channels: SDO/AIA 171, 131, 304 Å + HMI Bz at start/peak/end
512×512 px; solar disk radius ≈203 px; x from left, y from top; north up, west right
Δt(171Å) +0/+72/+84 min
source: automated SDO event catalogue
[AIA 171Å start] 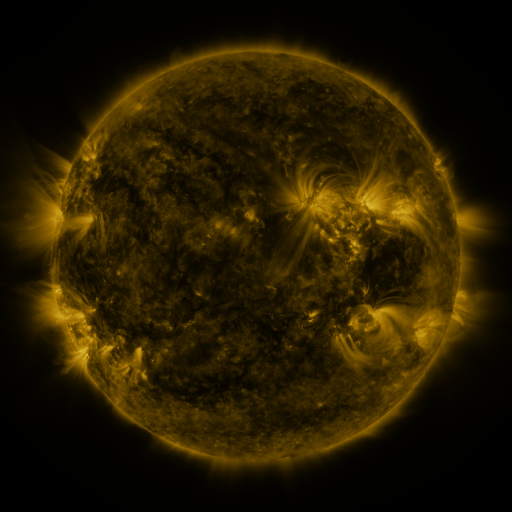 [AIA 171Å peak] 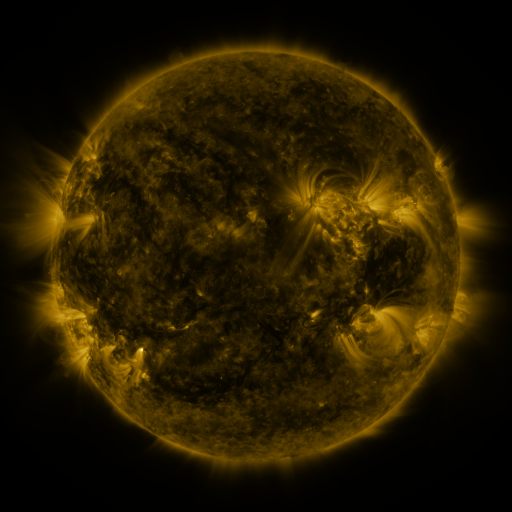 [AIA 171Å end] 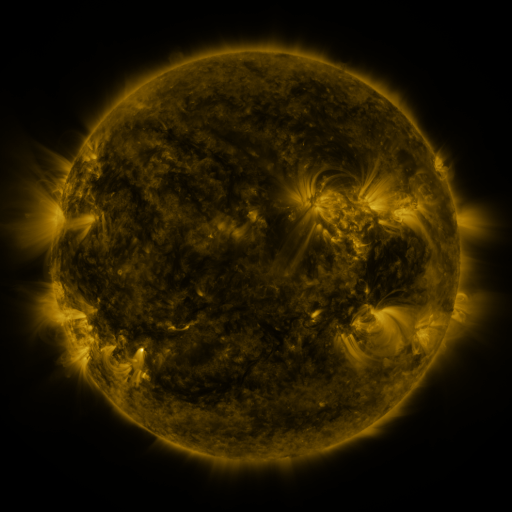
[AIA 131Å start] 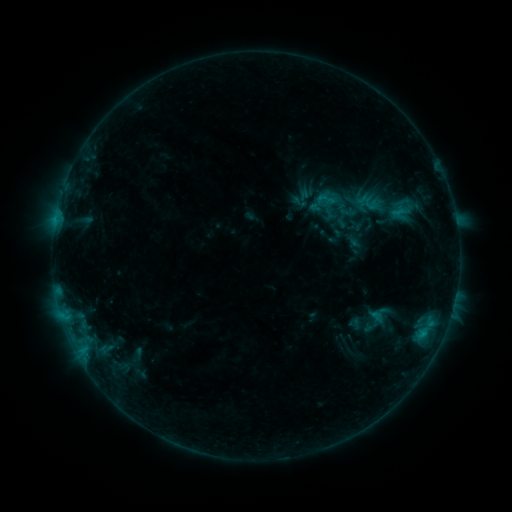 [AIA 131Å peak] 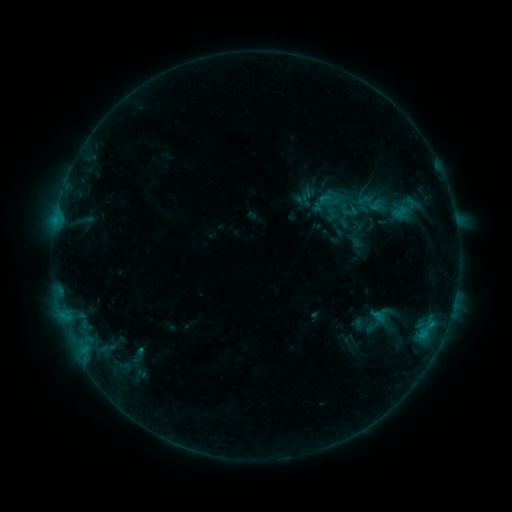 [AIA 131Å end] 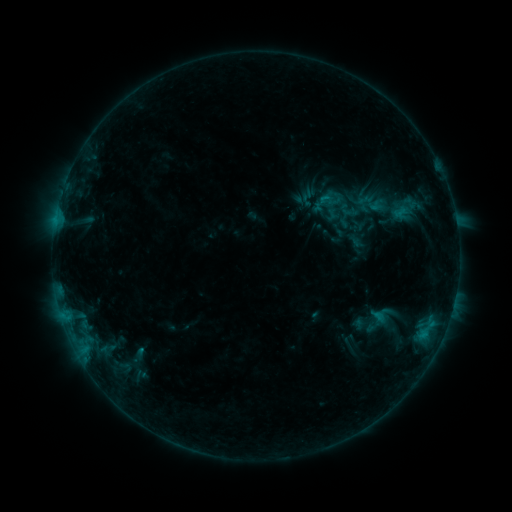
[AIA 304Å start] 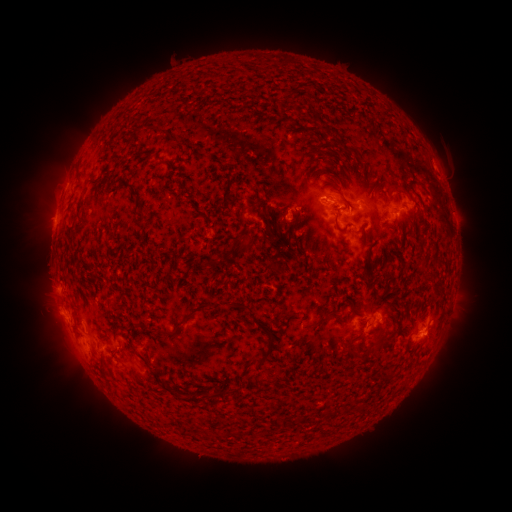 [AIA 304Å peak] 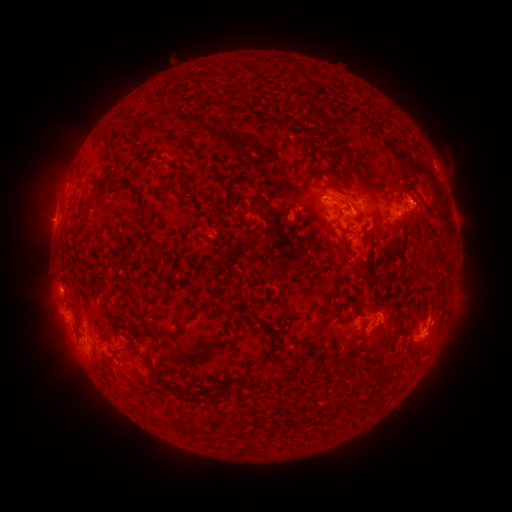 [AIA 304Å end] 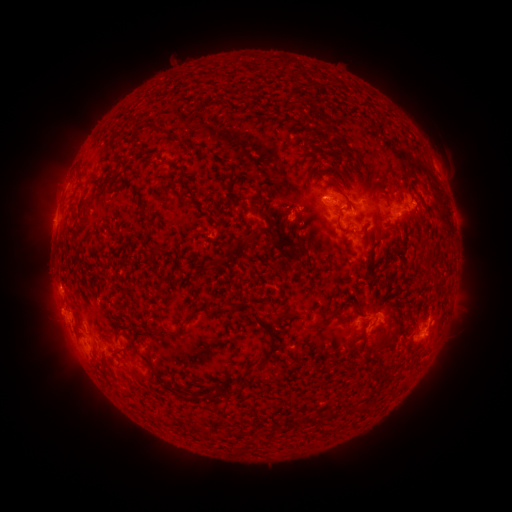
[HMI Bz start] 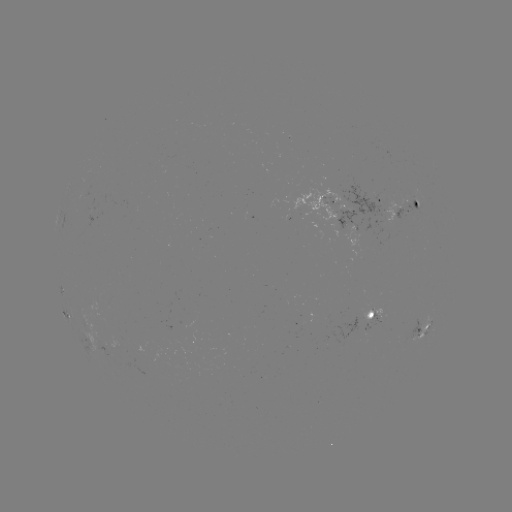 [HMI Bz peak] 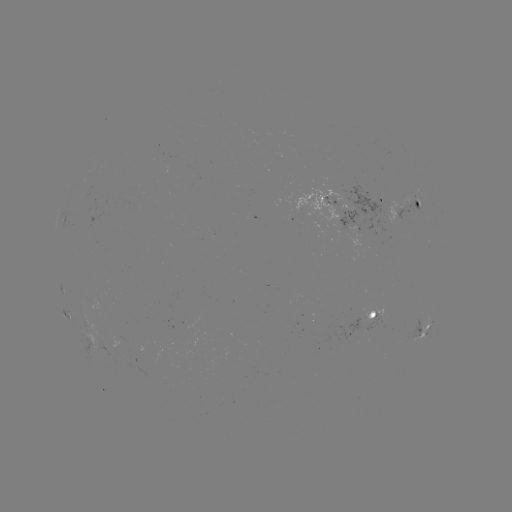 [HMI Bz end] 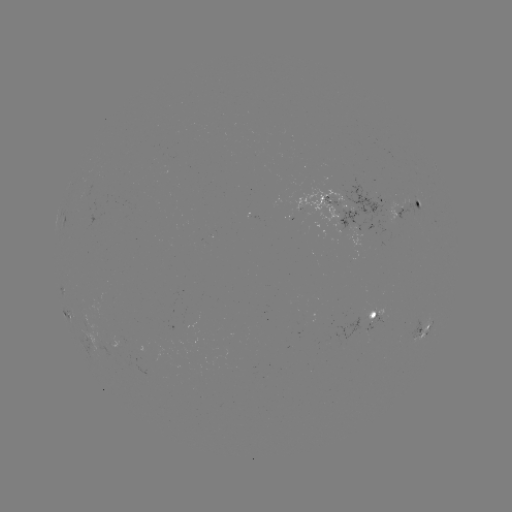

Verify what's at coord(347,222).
emerging-flux region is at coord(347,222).